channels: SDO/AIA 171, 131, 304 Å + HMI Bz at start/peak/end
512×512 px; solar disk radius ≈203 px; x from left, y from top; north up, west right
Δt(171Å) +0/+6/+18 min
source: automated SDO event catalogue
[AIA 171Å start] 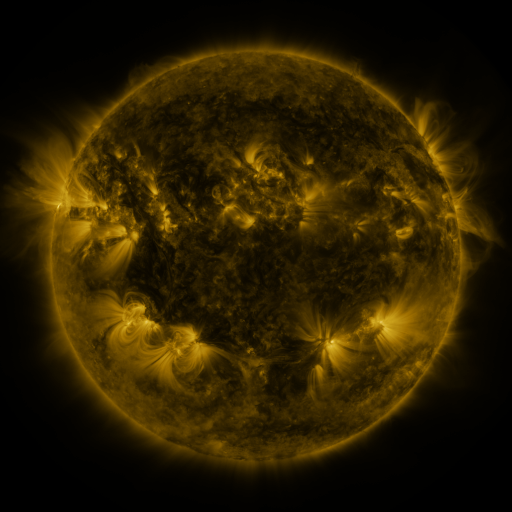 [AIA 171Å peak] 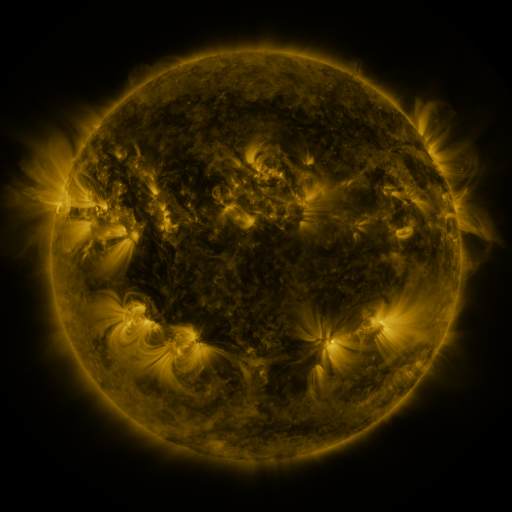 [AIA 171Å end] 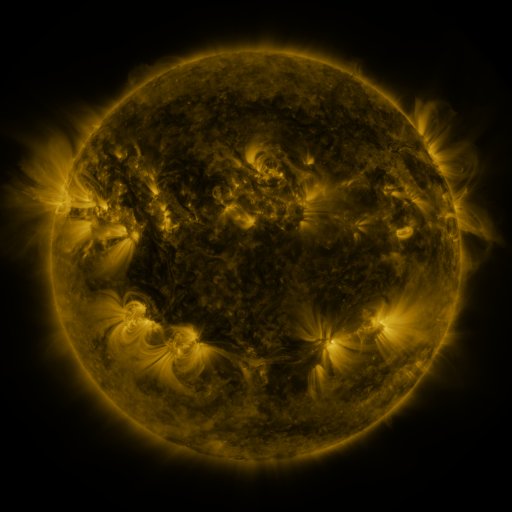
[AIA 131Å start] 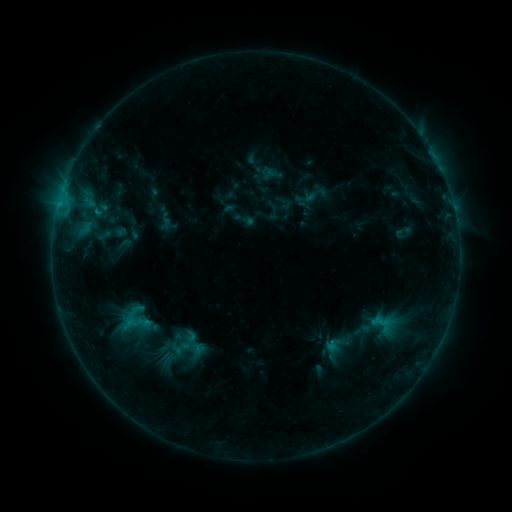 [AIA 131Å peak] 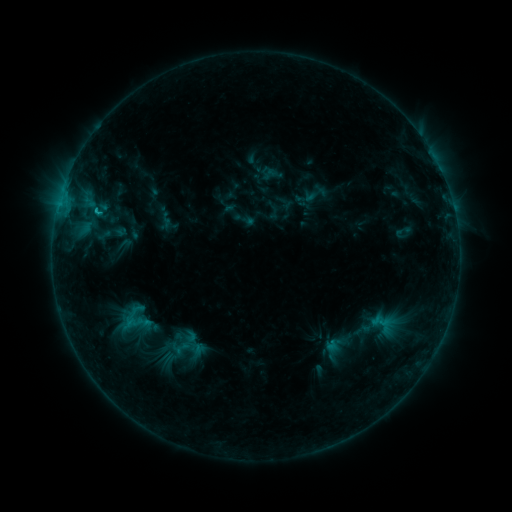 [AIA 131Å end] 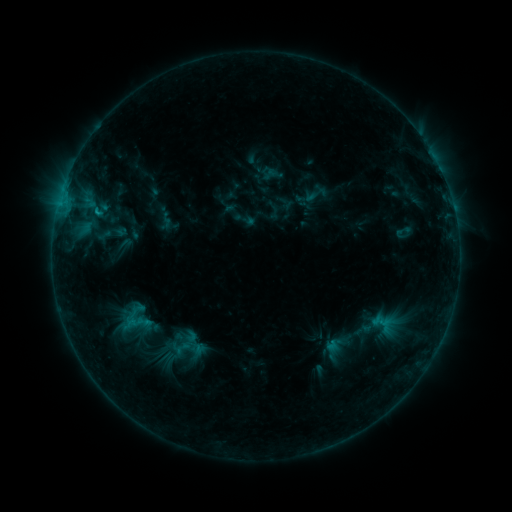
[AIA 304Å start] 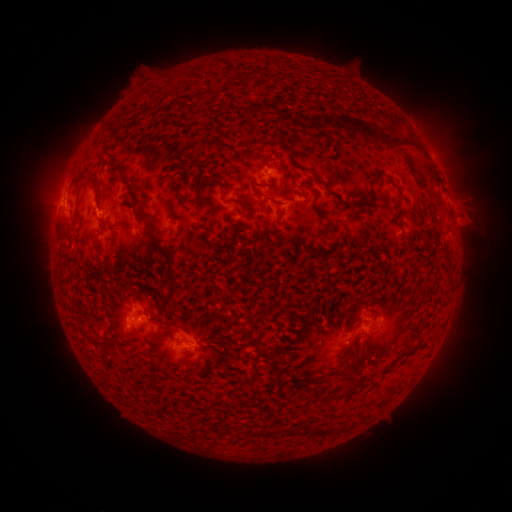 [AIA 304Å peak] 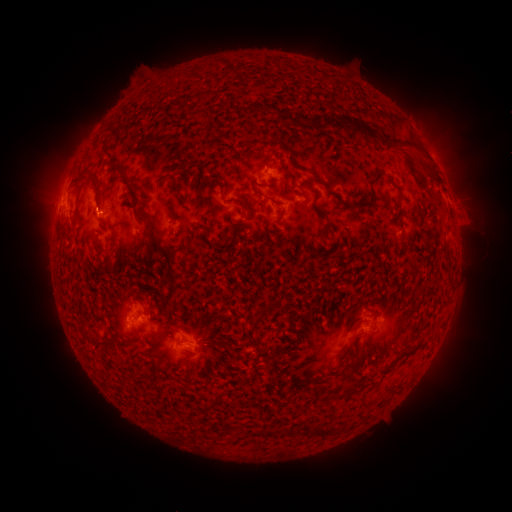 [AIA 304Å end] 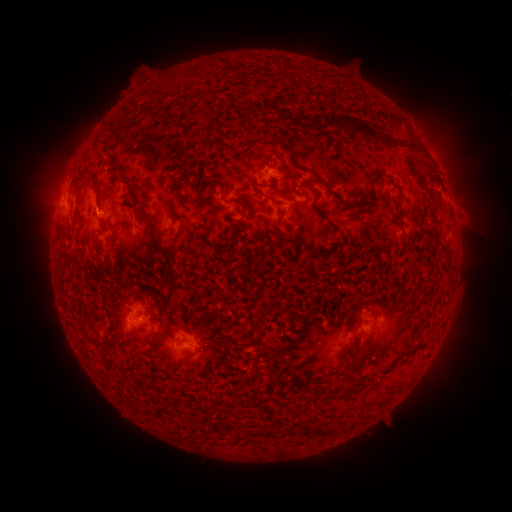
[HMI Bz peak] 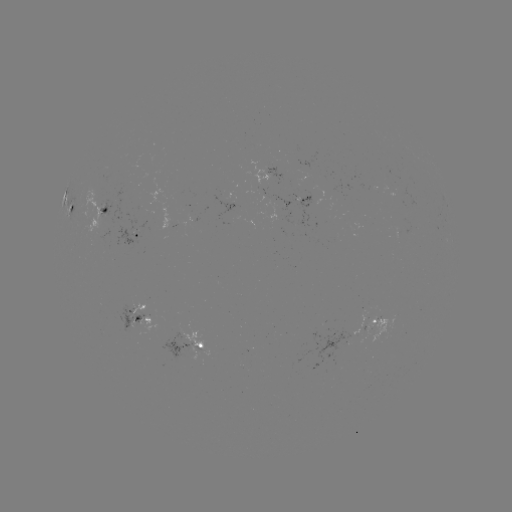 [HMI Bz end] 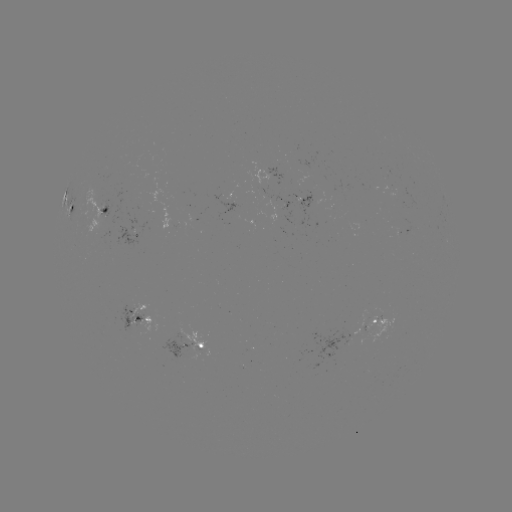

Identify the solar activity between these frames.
C1.2 flare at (97, 214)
